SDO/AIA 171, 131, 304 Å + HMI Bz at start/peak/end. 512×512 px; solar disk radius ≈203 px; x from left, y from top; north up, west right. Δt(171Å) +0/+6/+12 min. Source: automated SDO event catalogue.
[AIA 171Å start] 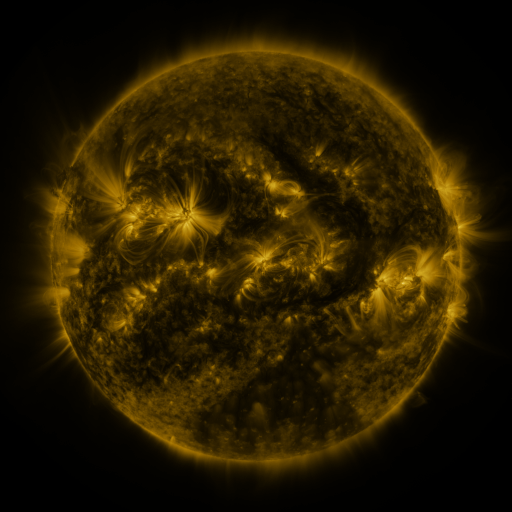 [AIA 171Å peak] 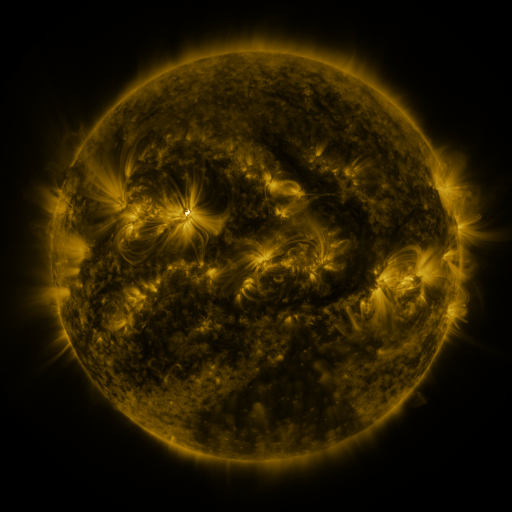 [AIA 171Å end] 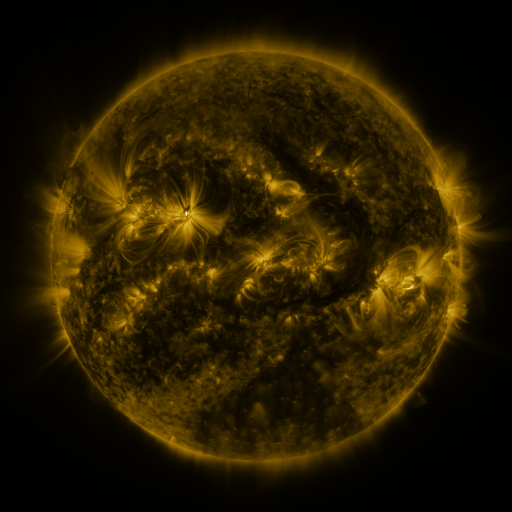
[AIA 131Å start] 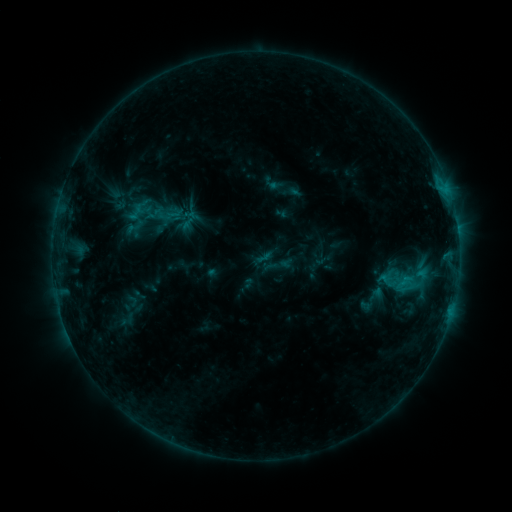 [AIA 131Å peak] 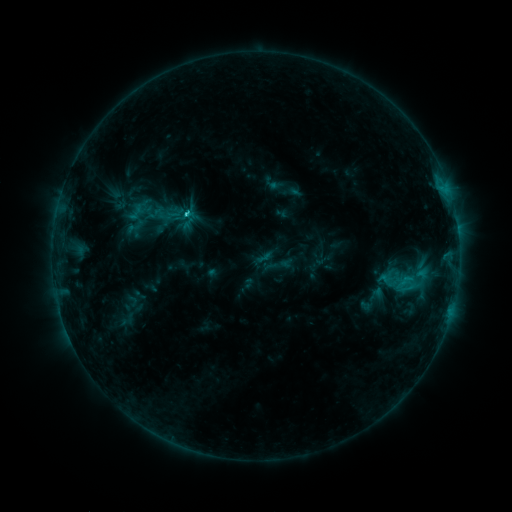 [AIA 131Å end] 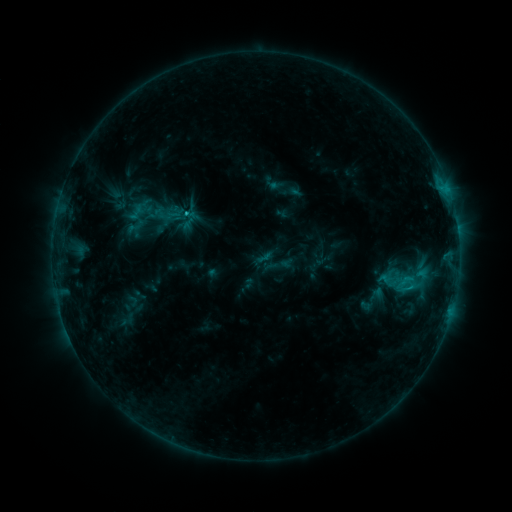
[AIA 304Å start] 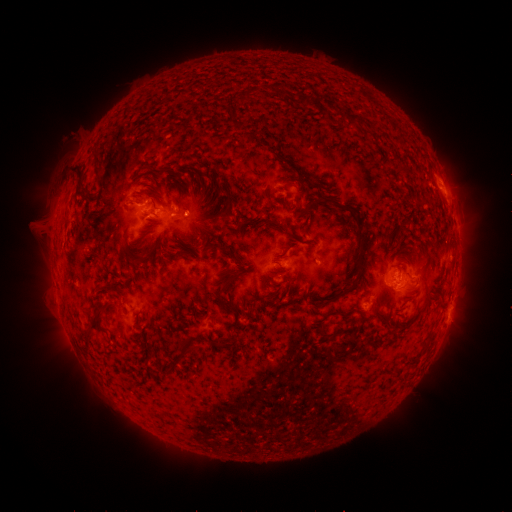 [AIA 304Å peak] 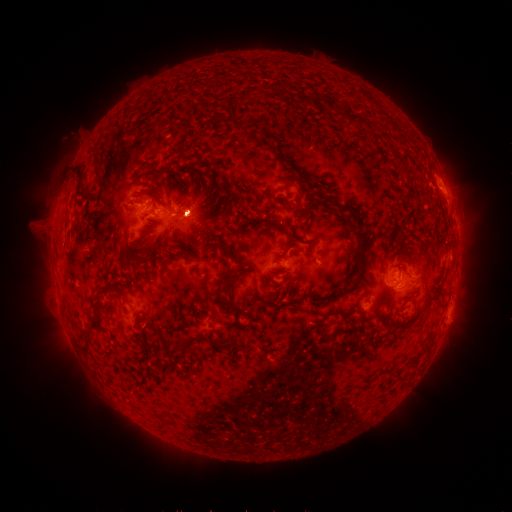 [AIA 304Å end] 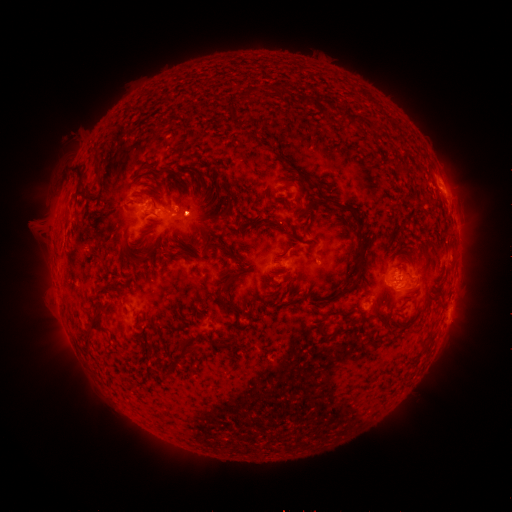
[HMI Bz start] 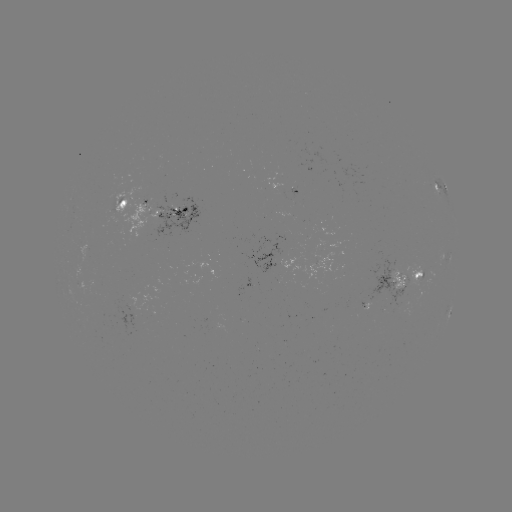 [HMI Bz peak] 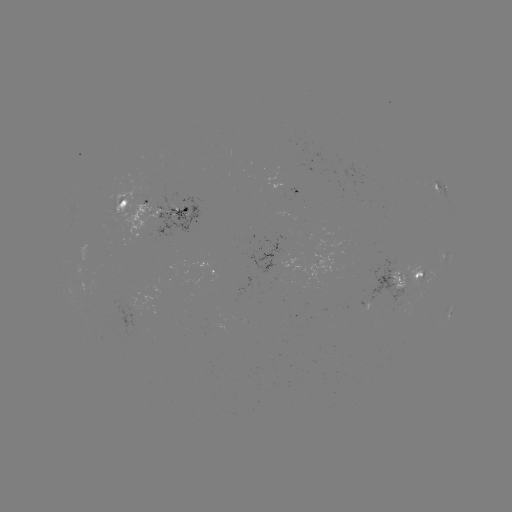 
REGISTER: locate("C2.2 flare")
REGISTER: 189,214